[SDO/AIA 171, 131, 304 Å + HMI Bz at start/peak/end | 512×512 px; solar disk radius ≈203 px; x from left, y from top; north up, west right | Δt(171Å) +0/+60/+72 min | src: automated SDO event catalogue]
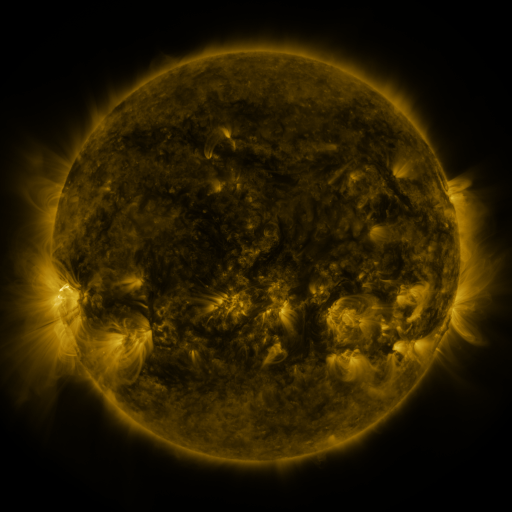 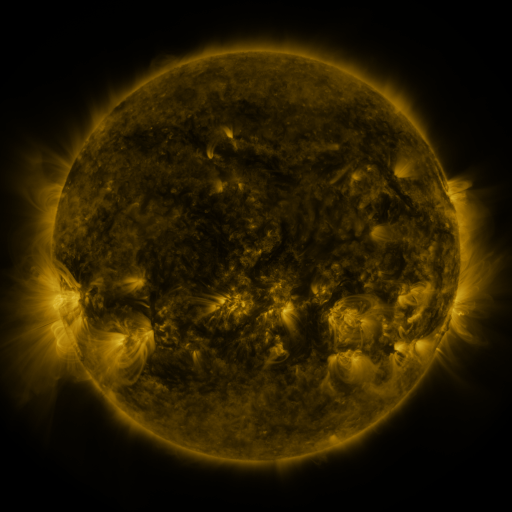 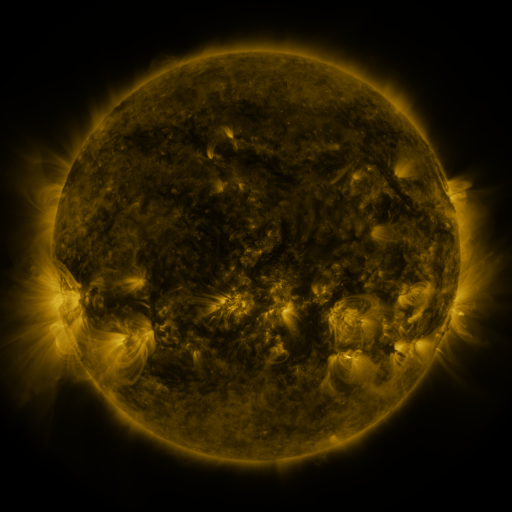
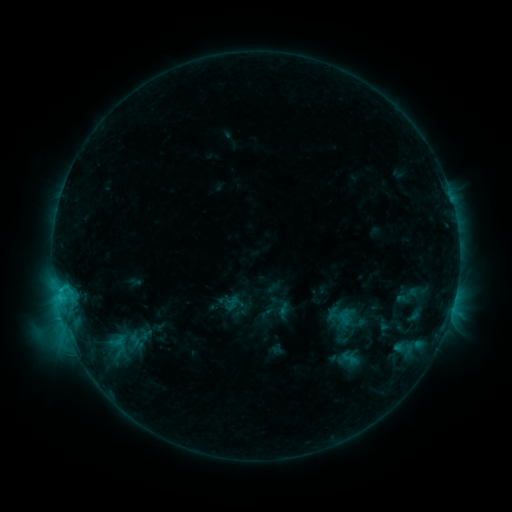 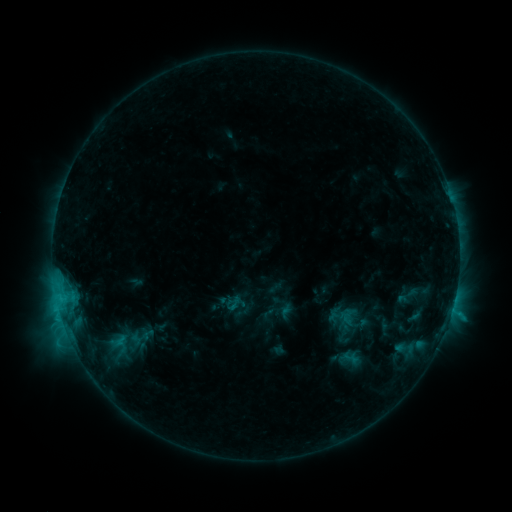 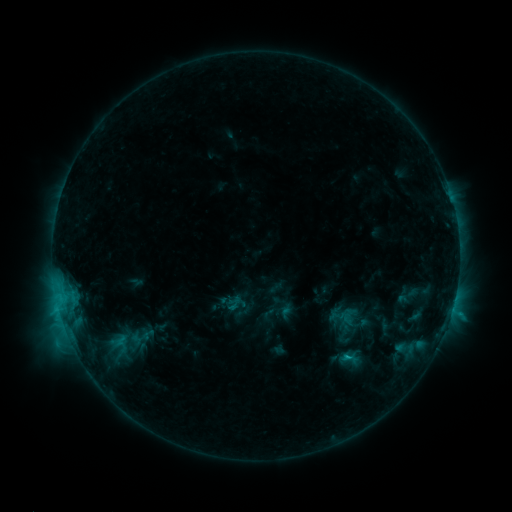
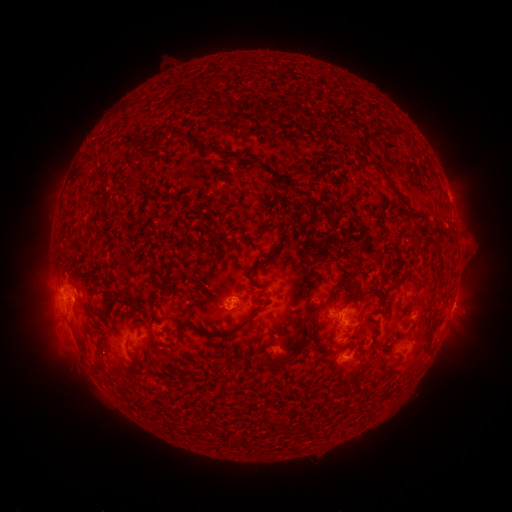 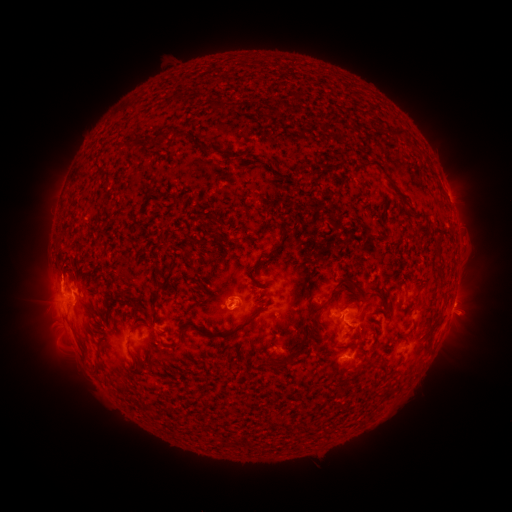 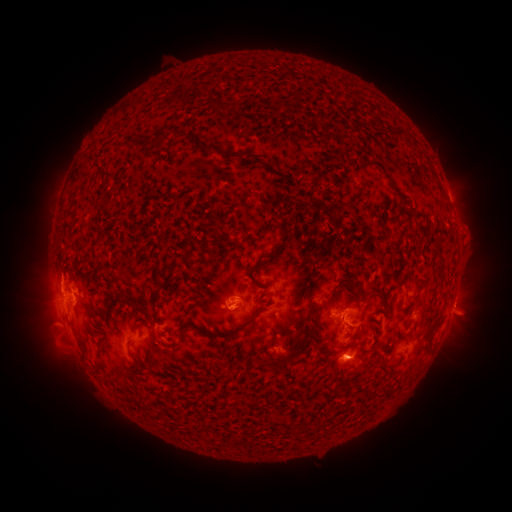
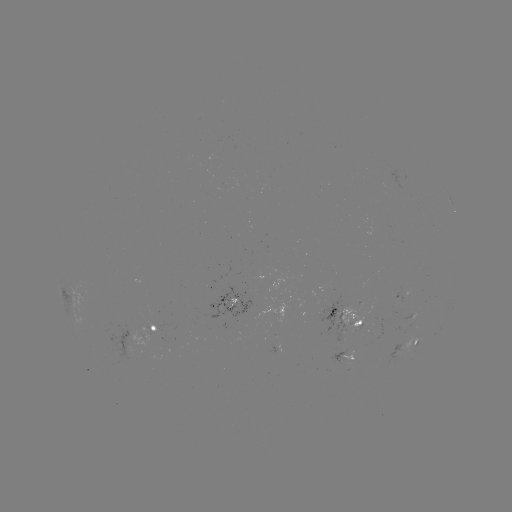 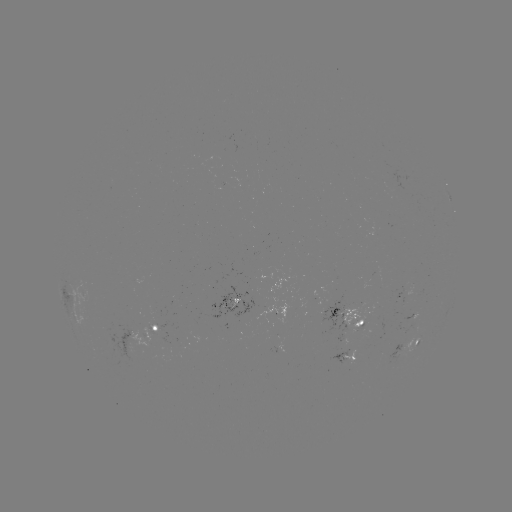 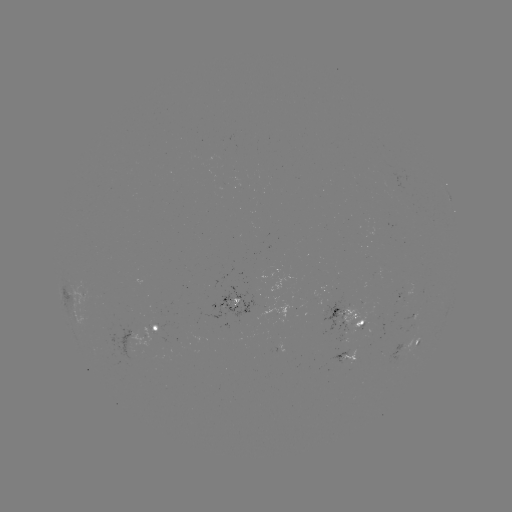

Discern emerging-flux region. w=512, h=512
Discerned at [344, 352].